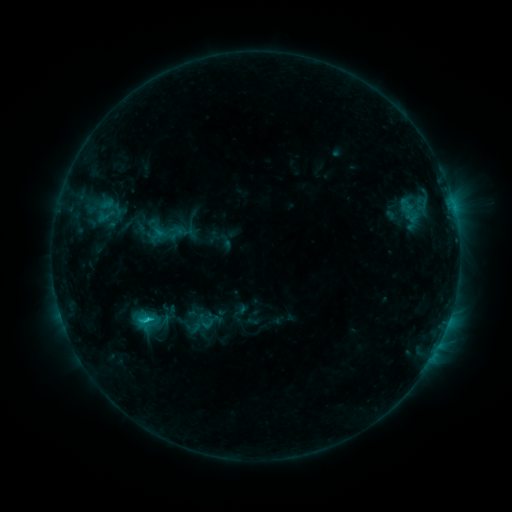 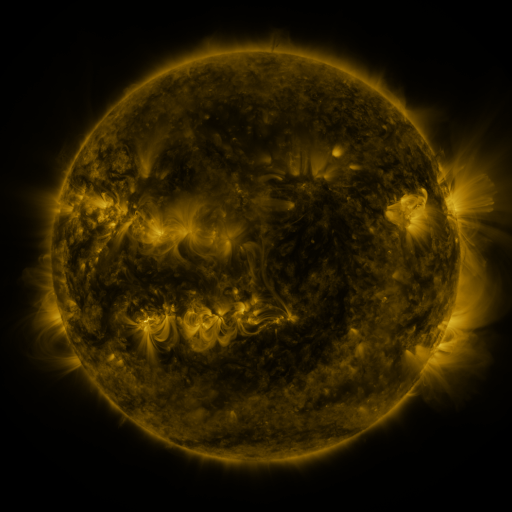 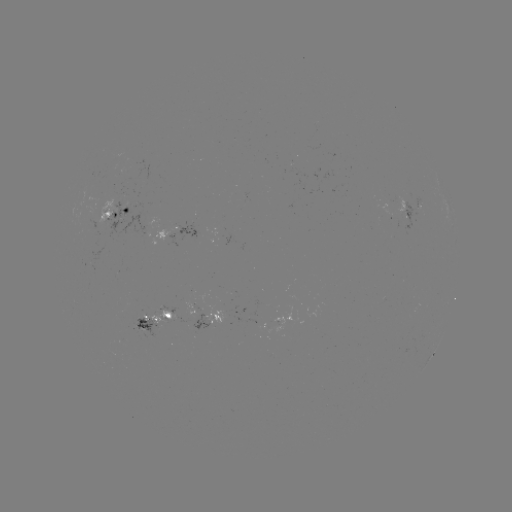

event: sigmoid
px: (208, 321)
